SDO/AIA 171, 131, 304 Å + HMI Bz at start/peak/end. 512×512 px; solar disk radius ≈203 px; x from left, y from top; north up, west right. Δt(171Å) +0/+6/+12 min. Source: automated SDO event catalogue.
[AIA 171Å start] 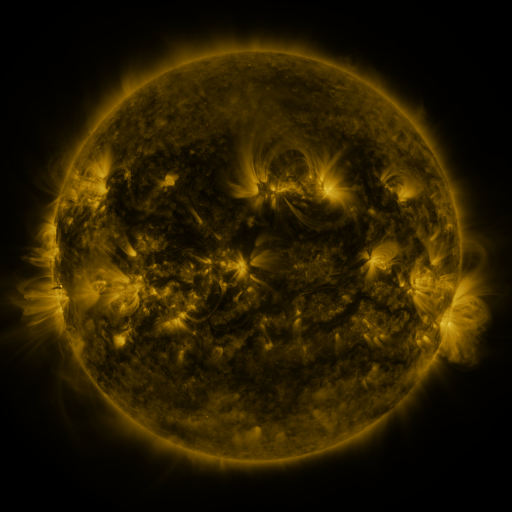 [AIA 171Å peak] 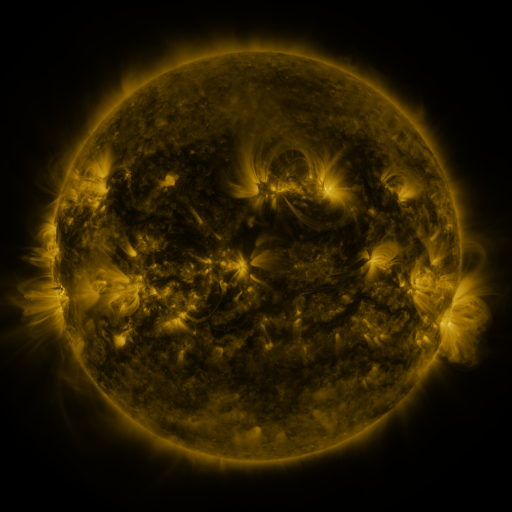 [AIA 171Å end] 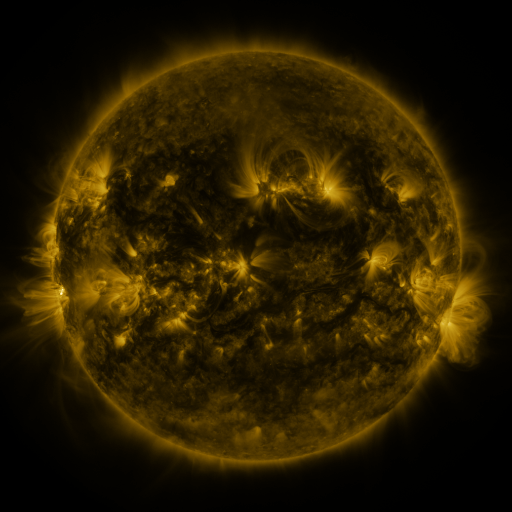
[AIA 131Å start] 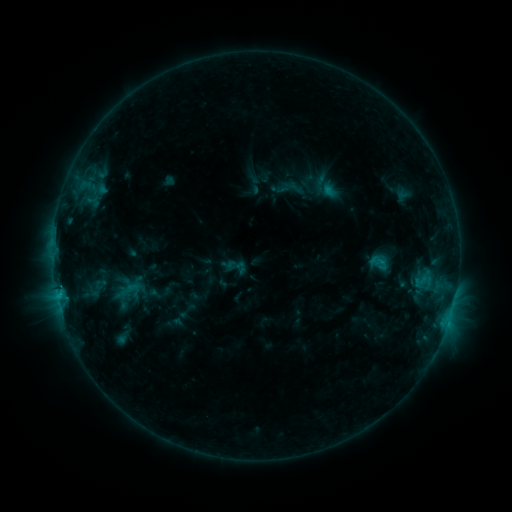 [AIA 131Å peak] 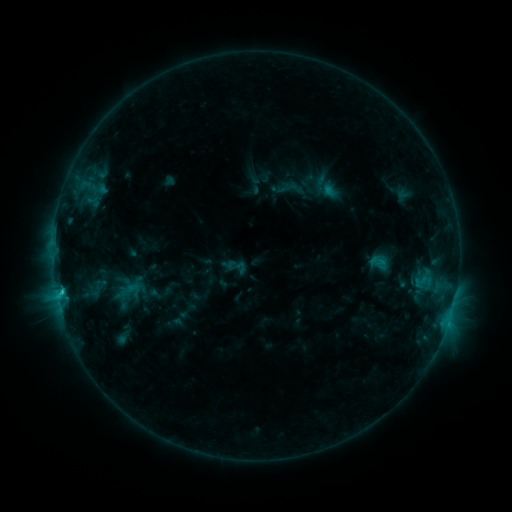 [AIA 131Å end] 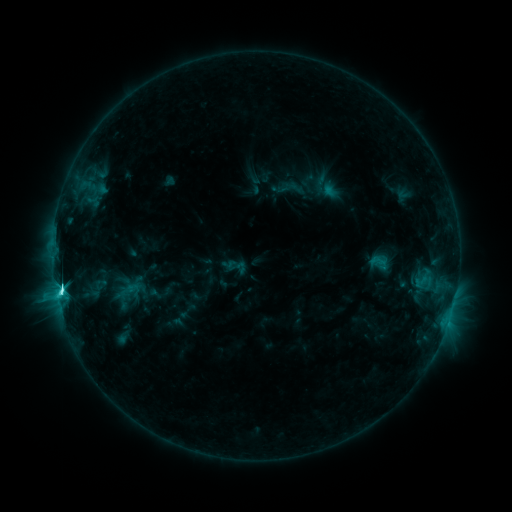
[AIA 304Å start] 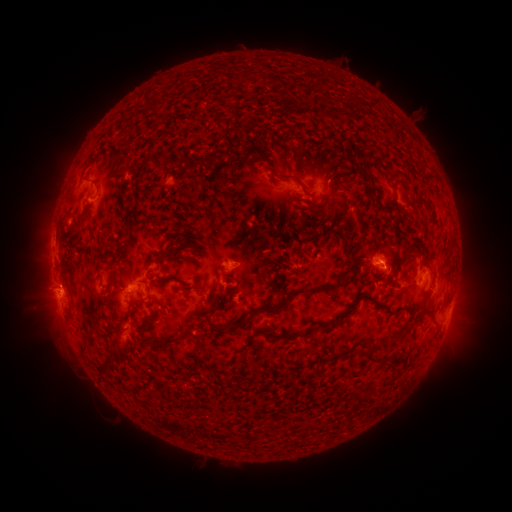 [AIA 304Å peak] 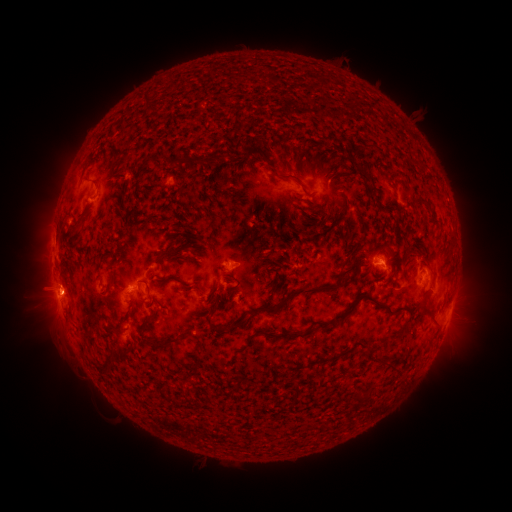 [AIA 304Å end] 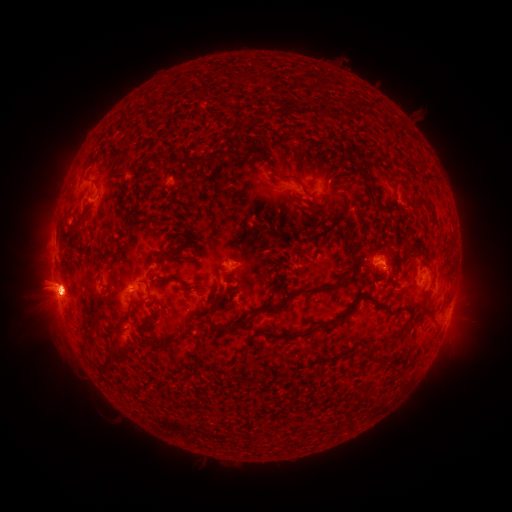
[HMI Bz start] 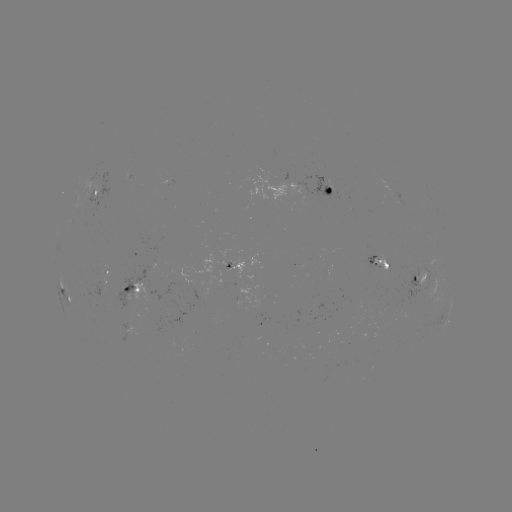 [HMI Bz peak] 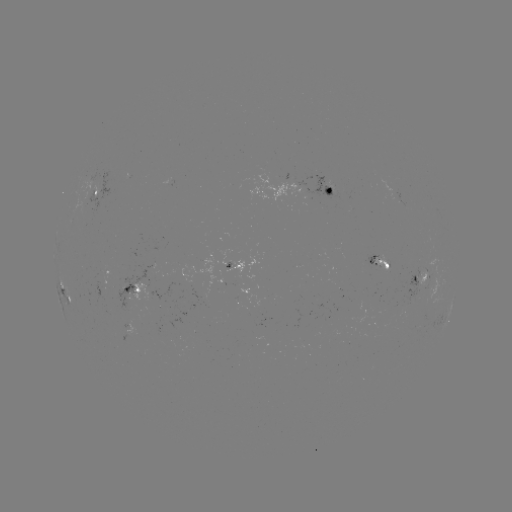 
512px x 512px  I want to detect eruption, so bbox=[439, 278, 488, 364].